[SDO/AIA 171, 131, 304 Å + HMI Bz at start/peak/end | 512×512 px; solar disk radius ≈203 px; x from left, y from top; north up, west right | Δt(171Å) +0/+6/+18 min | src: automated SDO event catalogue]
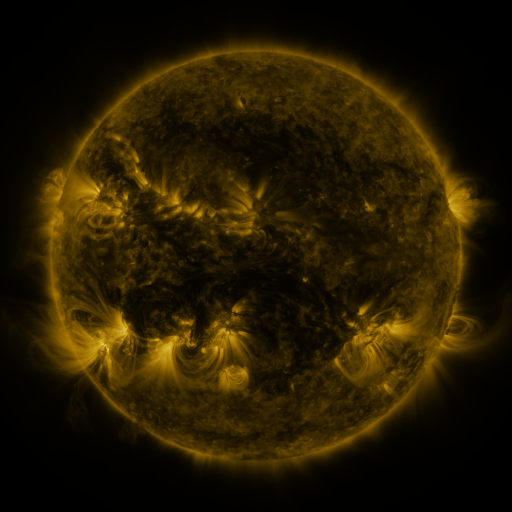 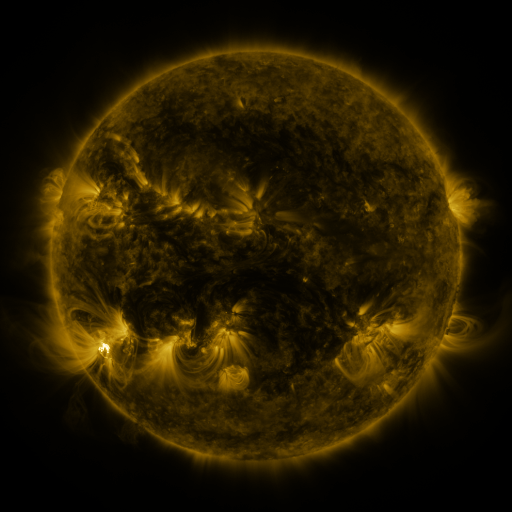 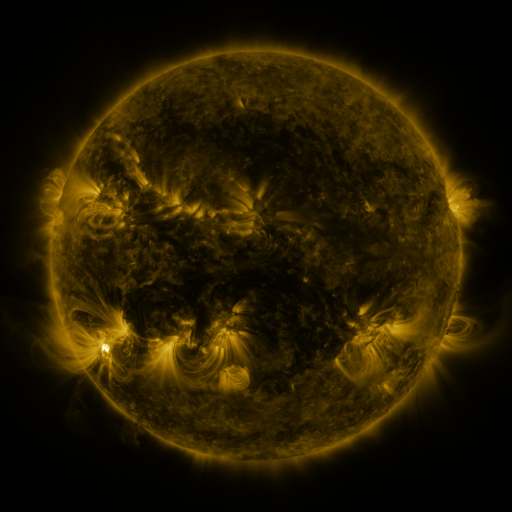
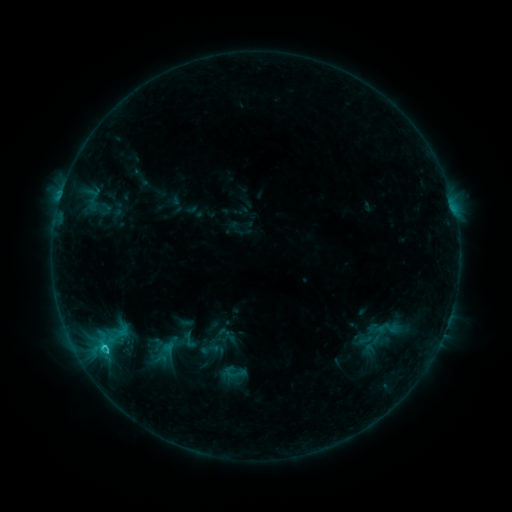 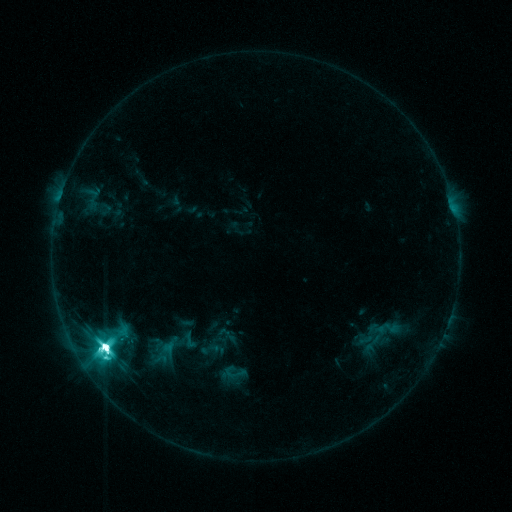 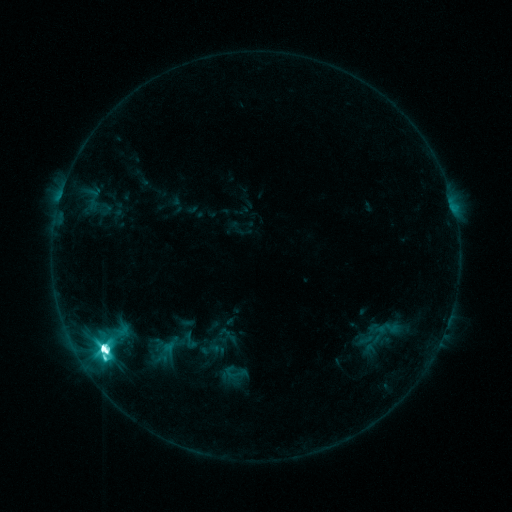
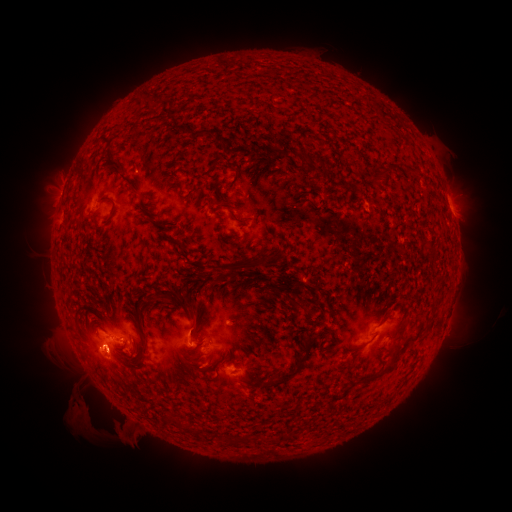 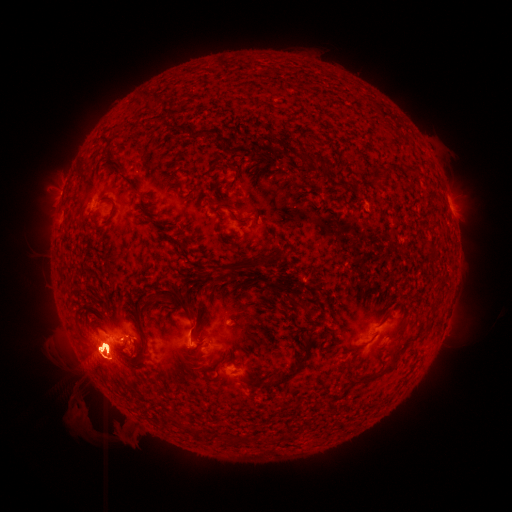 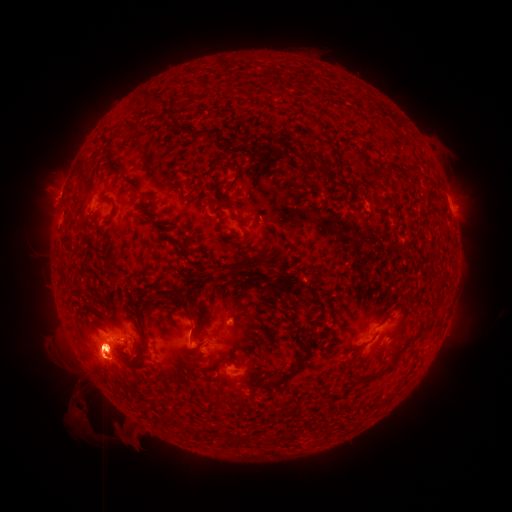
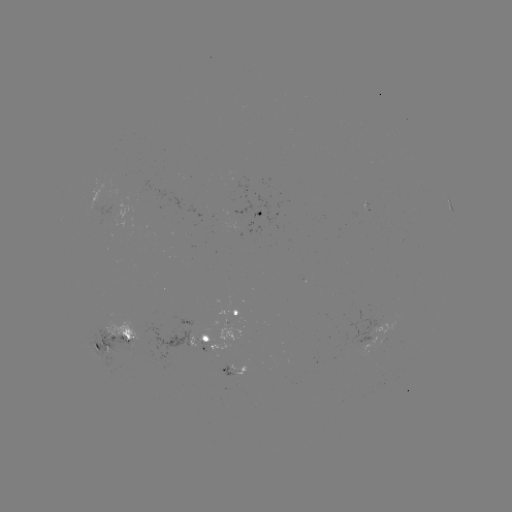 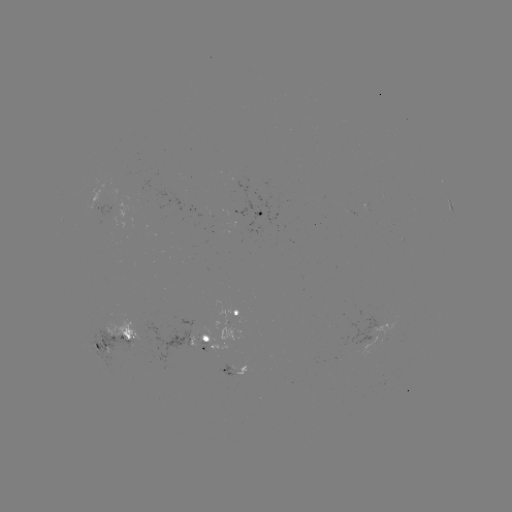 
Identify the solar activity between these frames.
eruption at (113, 350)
